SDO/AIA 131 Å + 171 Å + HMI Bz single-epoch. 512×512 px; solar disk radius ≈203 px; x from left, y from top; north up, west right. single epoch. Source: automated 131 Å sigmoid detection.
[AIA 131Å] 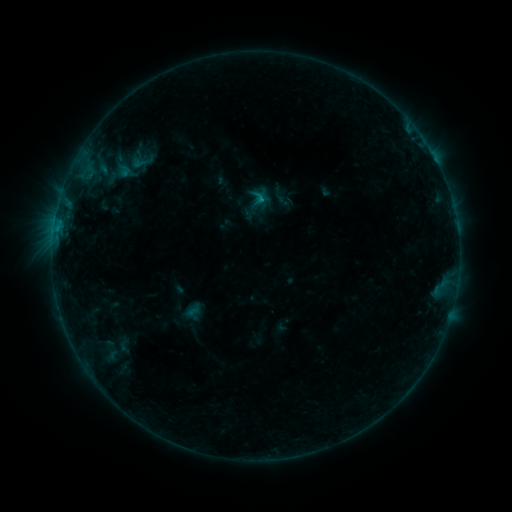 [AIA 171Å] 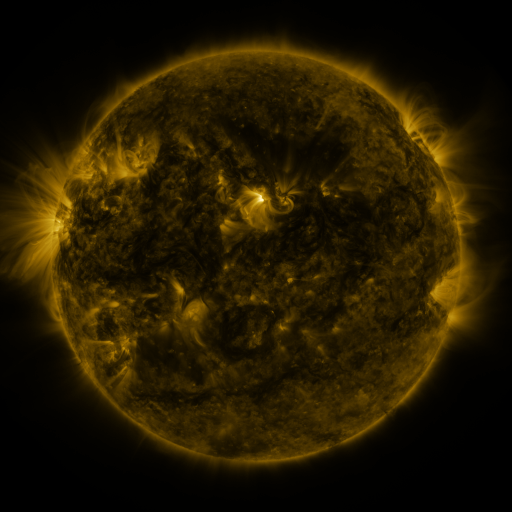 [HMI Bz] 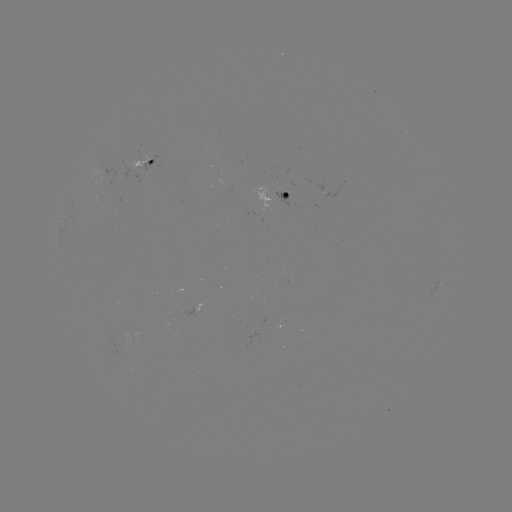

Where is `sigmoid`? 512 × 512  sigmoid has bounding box [131, 151, 153, 173].